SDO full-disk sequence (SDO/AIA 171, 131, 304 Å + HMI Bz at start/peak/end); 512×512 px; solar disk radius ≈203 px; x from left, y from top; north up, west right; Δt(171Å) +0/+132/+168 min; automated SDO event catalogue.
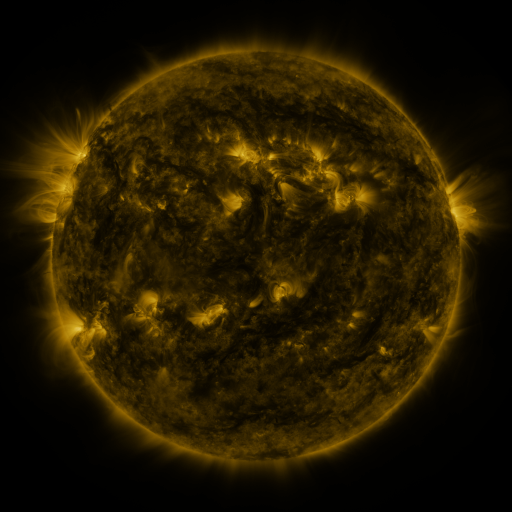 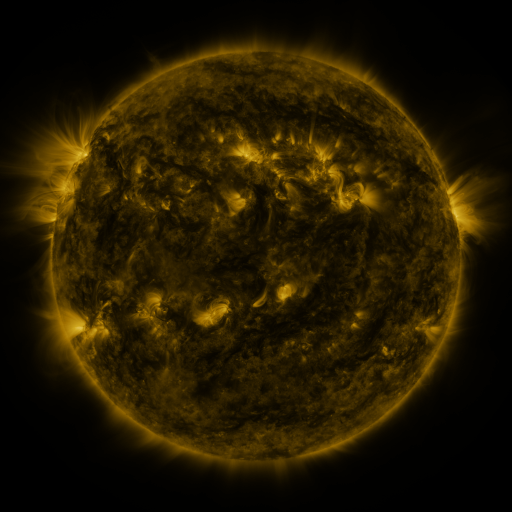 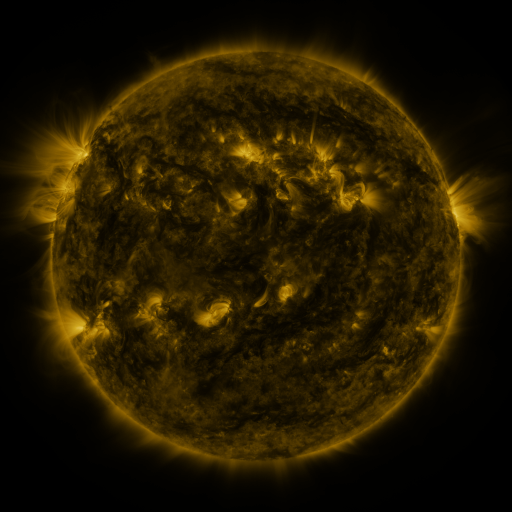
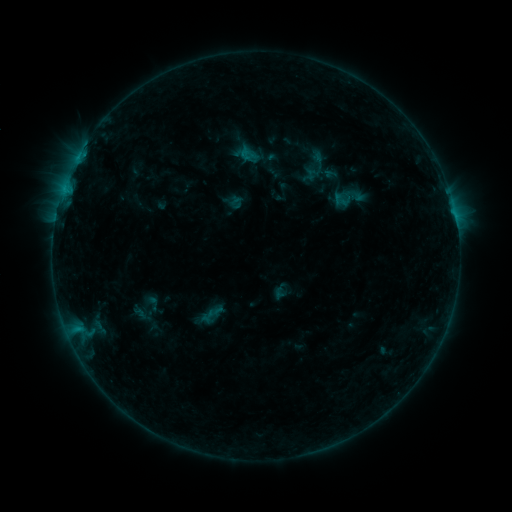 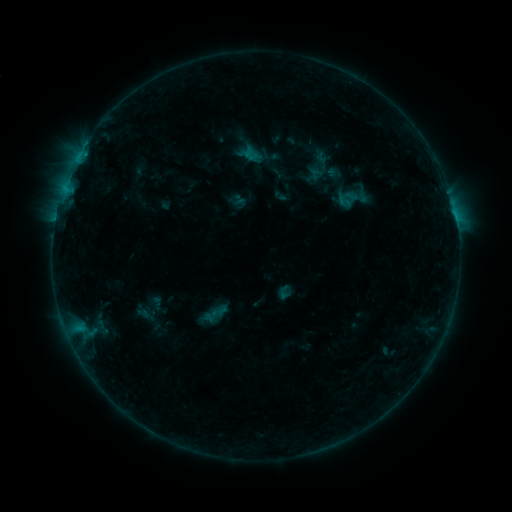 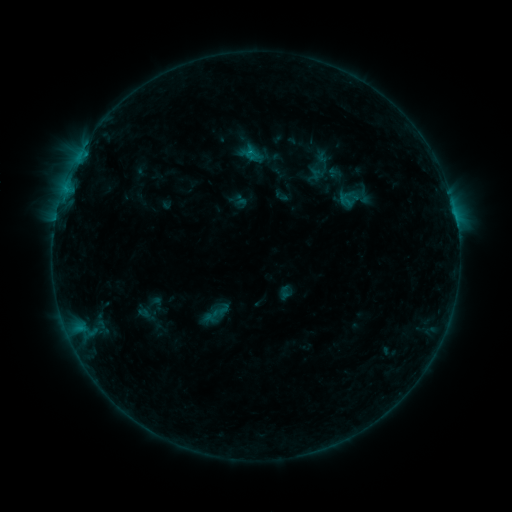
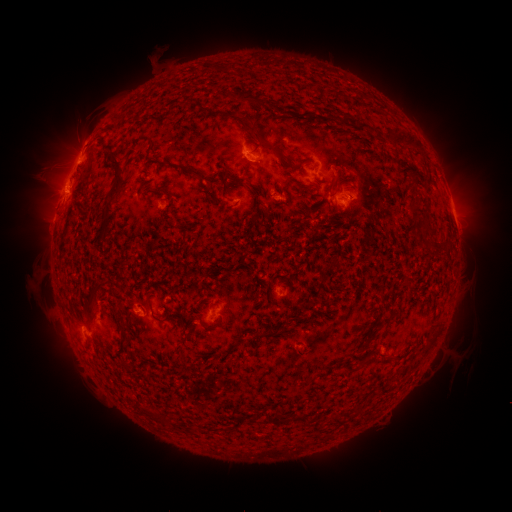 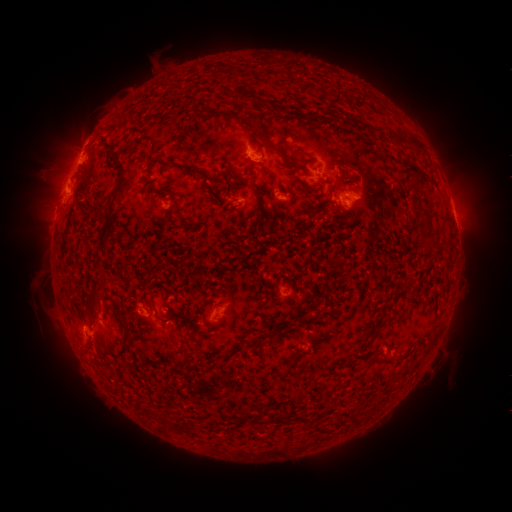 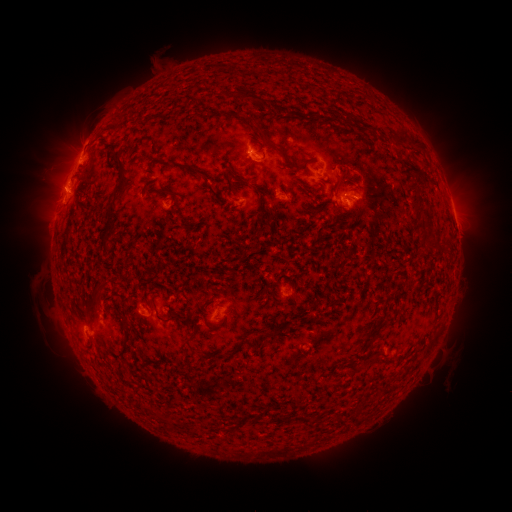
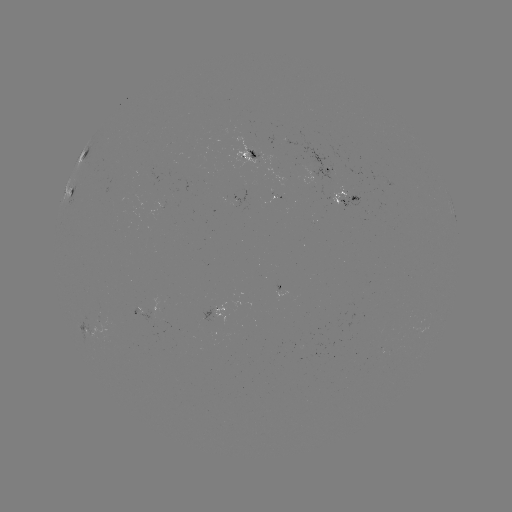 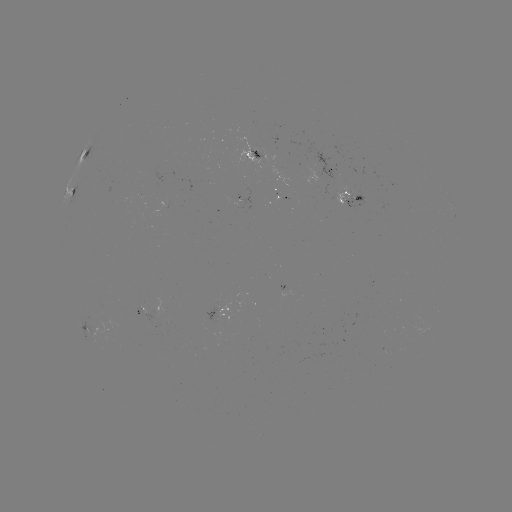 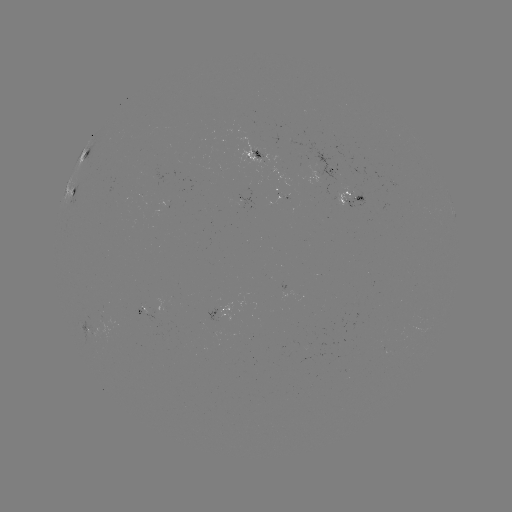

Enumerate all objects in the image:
emerging-flux region: (281, 198)
